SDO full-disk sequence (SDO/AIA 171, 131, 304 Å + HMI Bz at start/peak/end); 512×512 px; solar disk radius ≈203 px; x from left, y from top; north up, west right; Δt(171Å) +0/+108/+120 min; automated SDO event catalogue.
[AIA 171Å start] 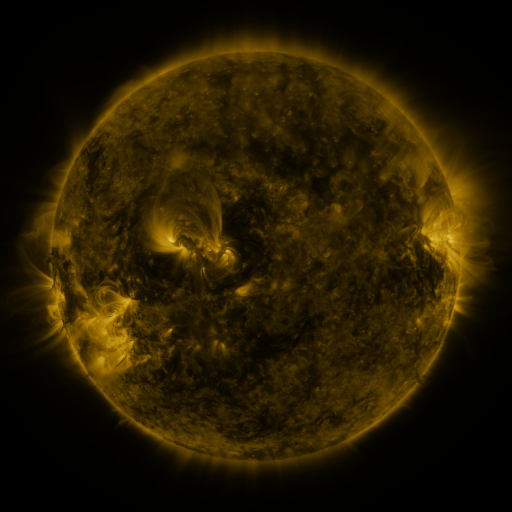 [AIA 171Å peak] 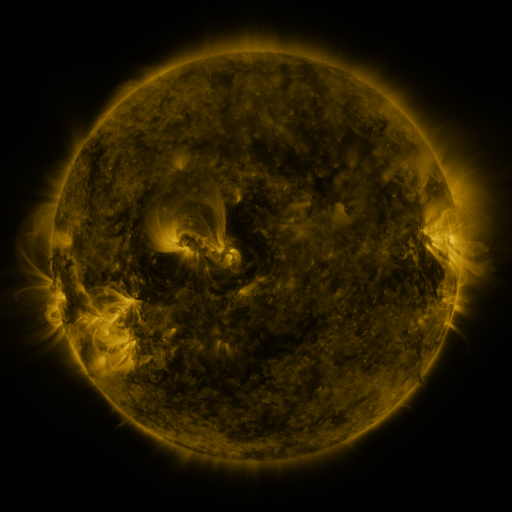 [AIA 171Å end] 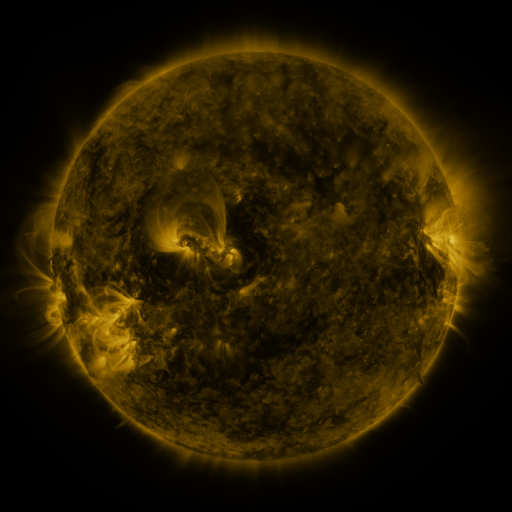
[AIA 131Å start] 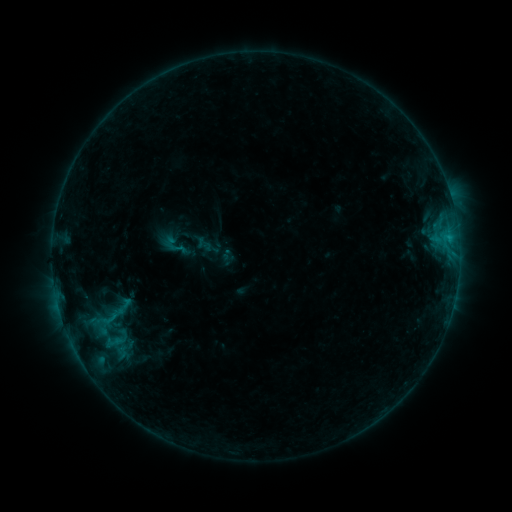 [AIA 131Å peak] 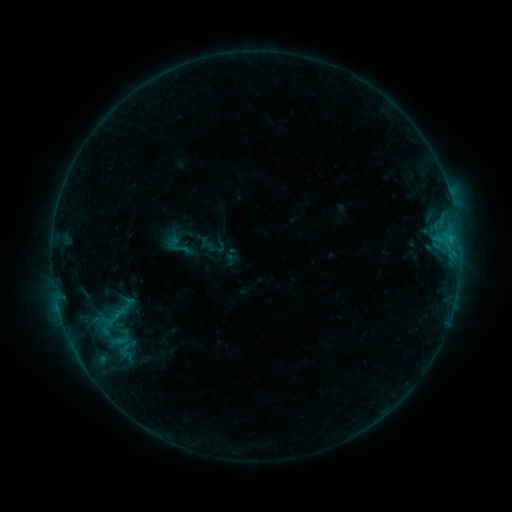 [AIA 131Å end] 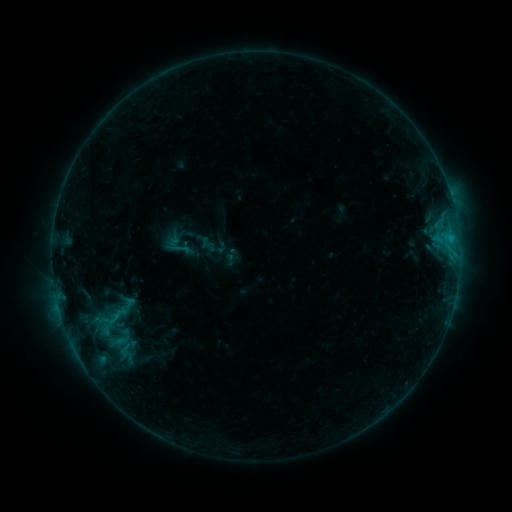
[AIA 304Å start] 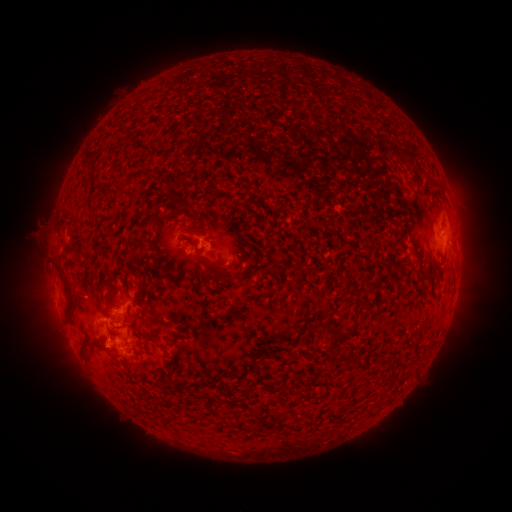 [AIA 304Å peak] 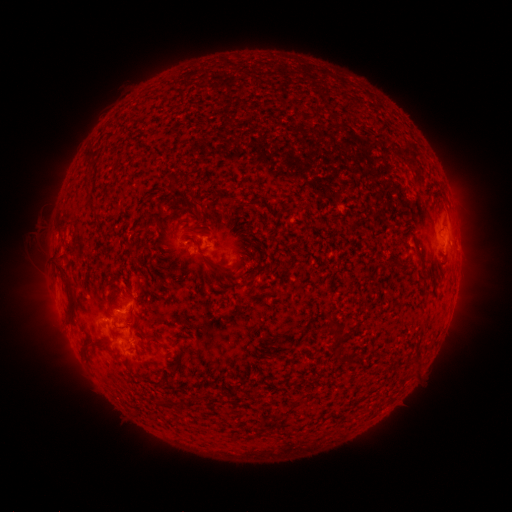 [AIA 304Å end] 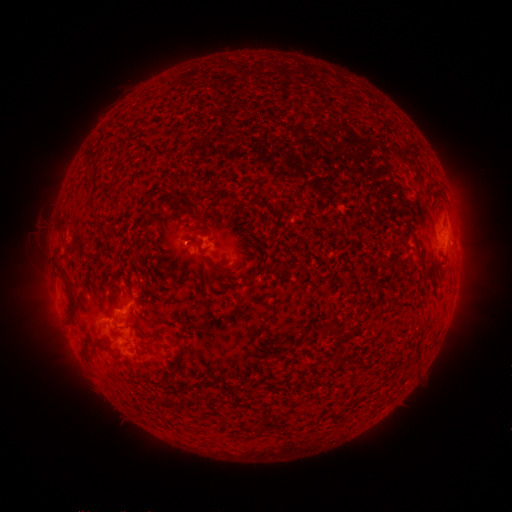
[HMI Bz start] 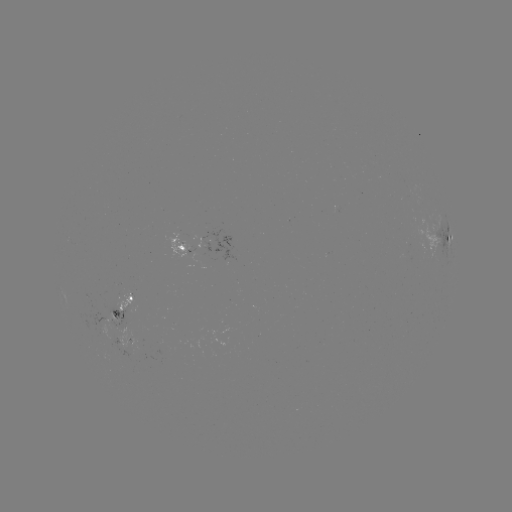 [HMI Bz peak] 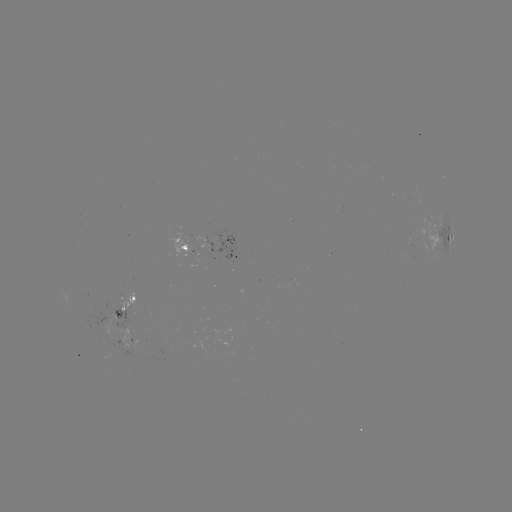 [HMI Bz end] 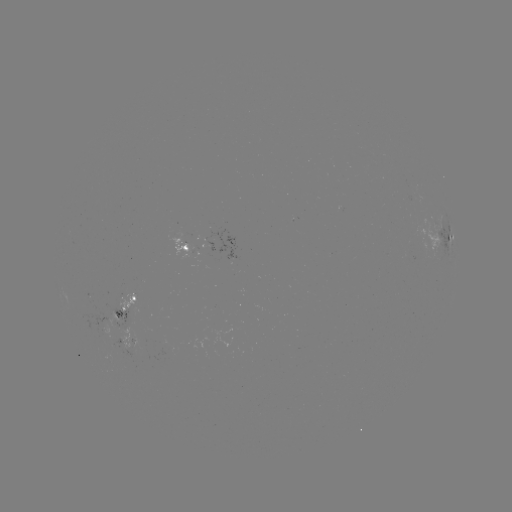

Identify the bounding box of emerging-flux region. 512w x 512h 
[405, 193, 415, 200].